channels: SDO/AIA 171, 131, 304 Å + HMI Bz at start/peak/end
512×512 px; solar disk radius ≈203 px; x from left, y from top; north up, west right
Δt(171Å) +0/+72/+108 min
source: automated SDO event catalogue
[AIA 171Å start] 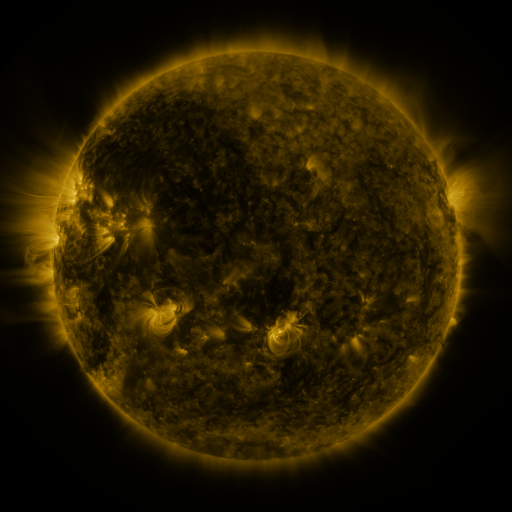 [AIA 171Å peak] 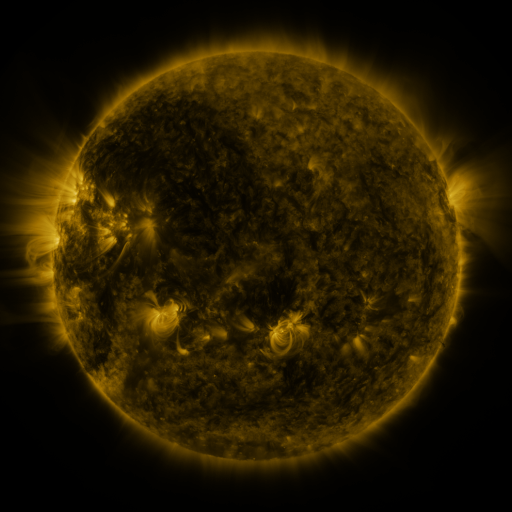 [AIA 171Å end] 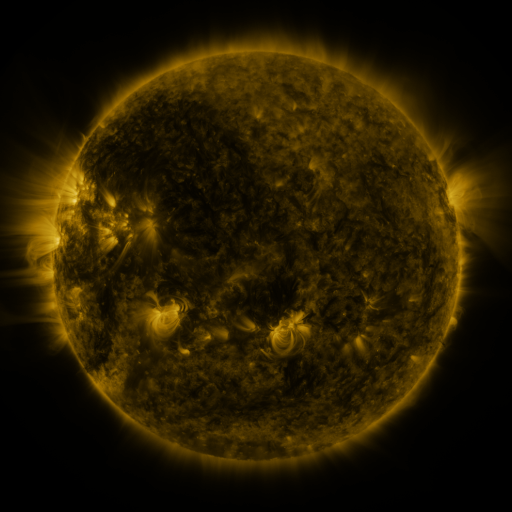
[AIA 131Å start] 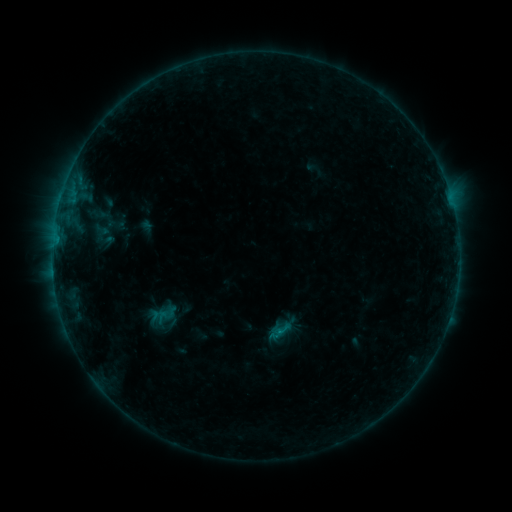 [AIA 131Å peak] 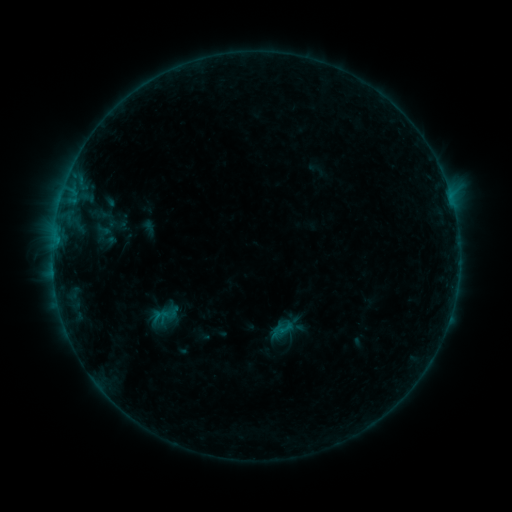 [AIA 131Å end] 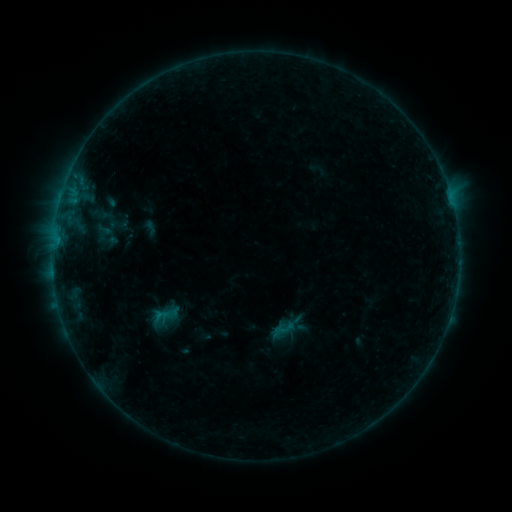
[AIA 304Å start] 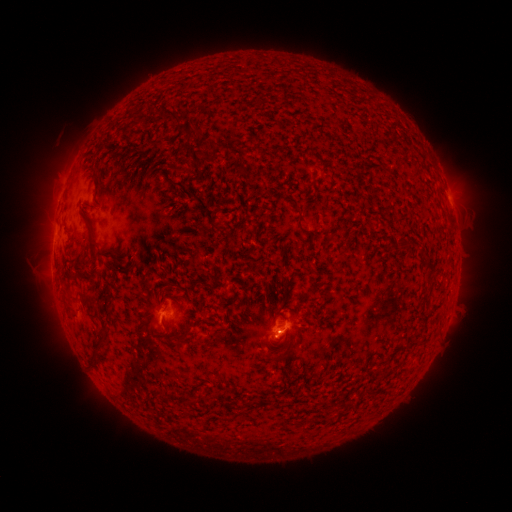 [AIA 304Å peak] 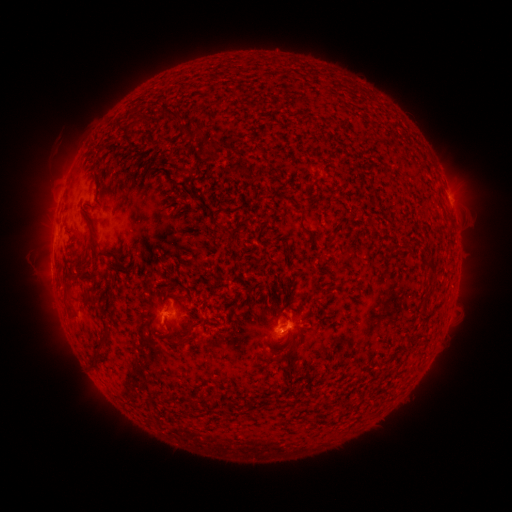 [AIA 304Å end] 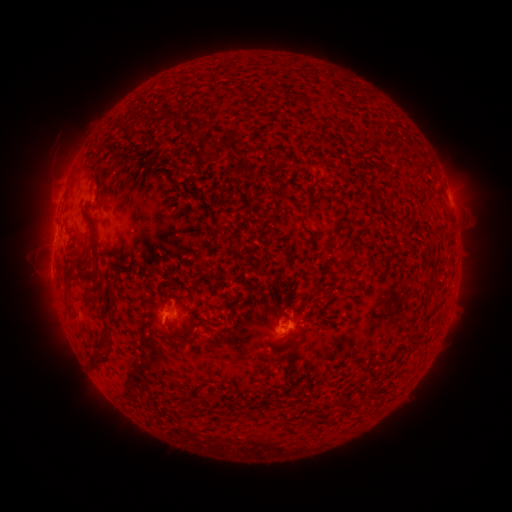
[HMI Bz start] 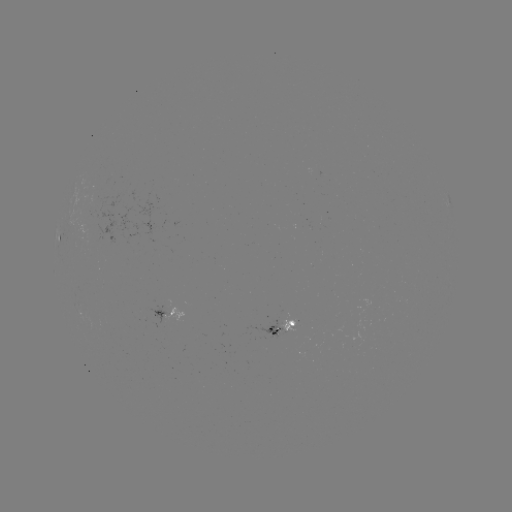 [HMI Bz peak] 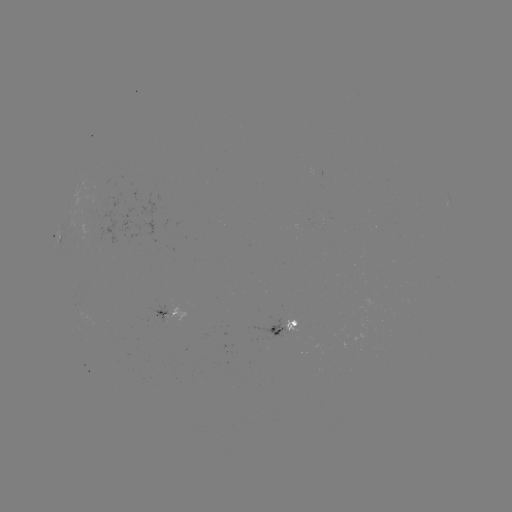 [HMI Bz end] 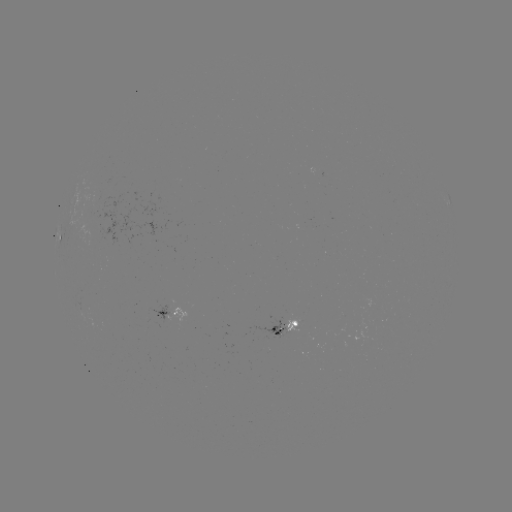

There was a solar emerging-flux region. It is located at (100, 208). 